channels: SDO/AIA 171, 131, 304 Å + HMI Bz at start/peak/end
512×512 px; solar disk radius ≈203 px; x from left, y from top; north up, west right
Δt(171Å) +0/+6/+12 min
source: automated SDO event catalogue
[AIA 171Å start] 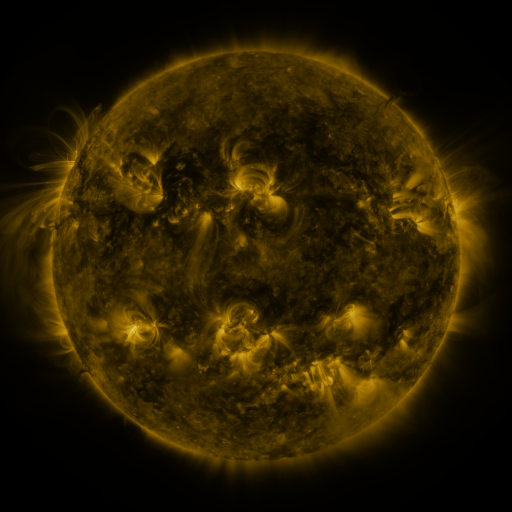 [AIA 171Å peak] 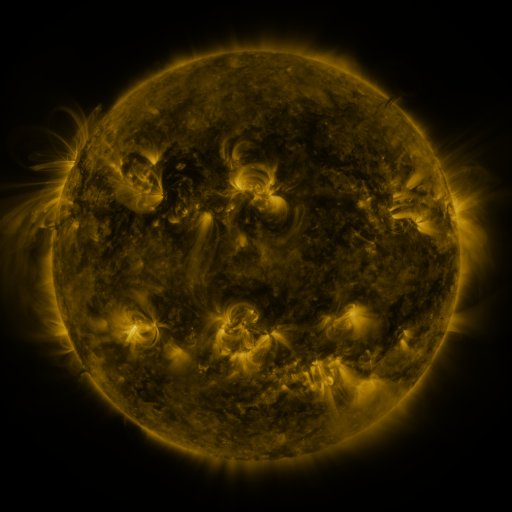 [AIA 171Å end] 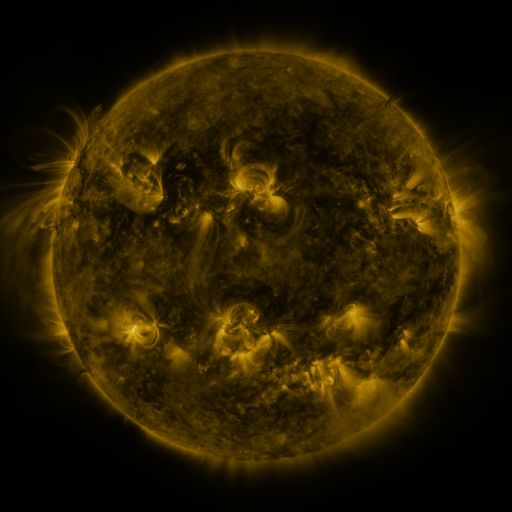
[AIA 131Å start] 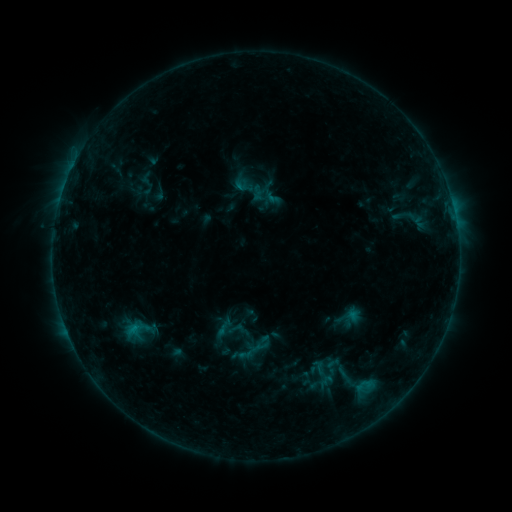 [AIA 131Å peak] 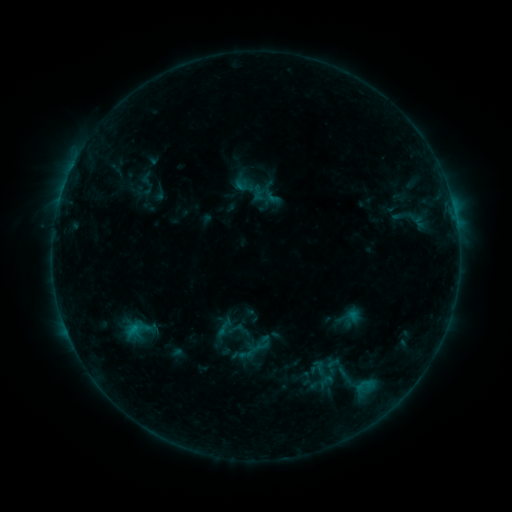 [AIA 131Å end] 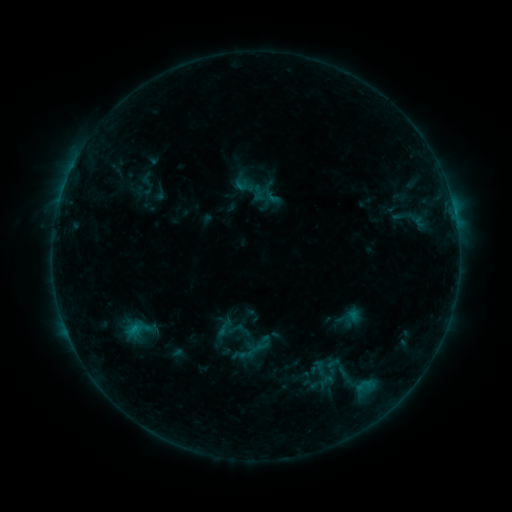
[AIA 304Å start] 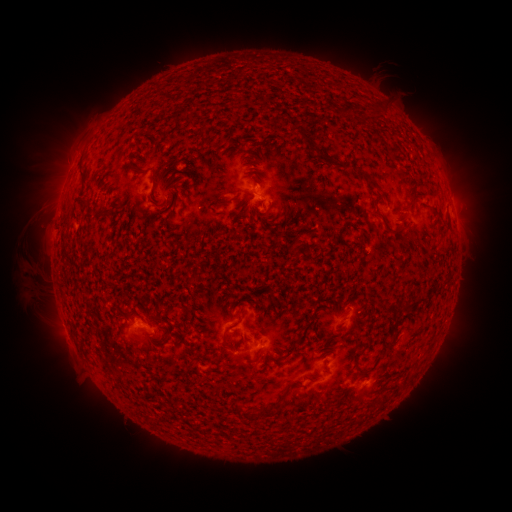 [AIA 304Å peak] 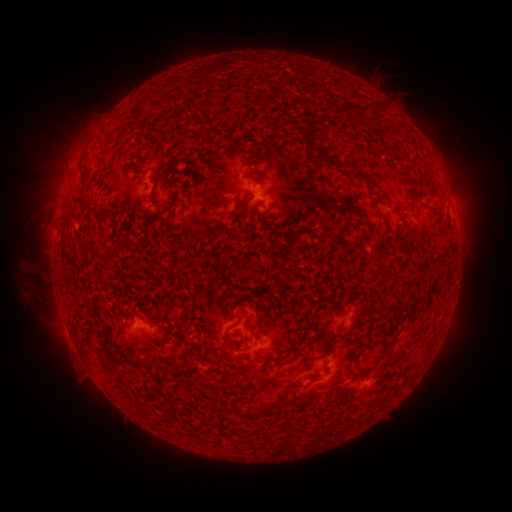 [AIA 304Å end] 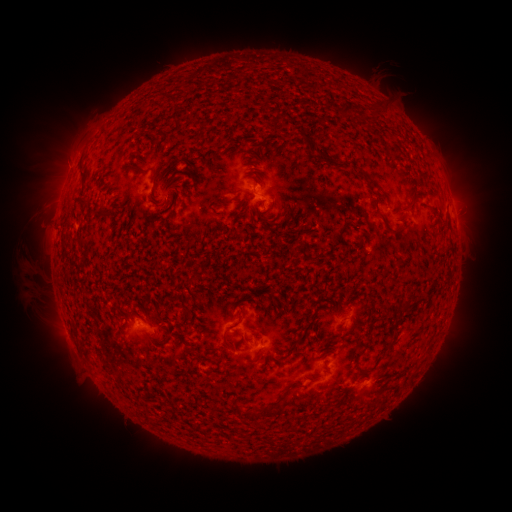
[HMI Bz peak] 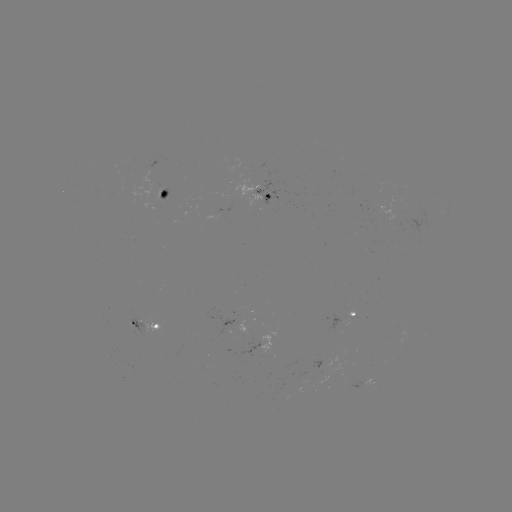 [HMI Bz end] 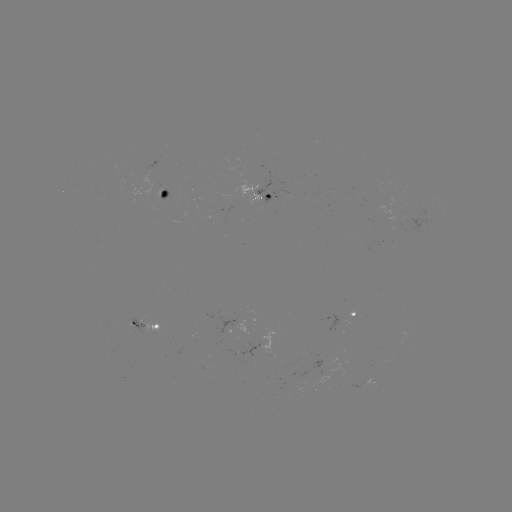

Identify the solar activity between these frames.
no classed flare was catalogued and no EUV brightening was flagged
